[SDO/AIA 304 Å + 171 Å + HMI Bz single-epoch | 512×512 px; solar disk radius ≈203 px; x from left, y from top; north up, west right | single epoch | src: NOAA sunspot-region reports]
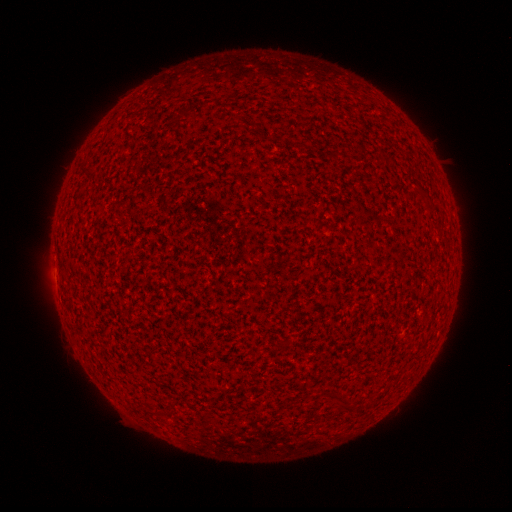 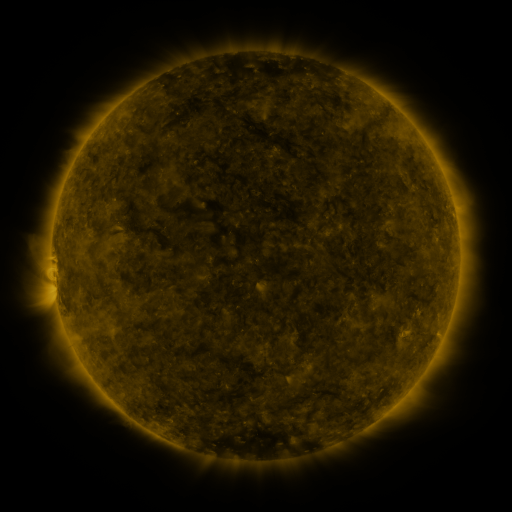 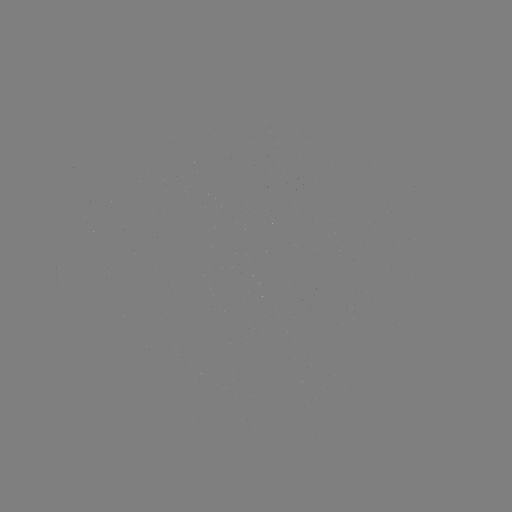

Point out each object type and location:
(none)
